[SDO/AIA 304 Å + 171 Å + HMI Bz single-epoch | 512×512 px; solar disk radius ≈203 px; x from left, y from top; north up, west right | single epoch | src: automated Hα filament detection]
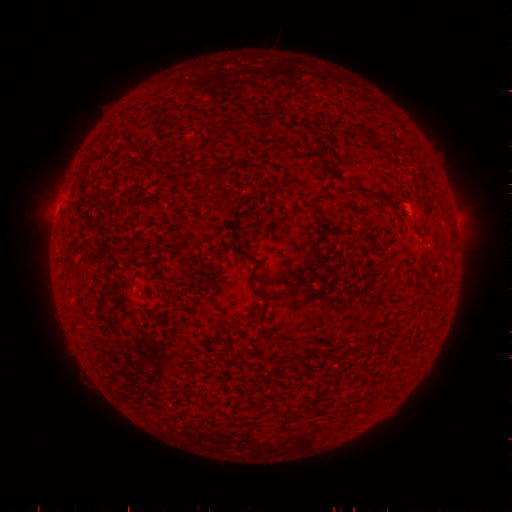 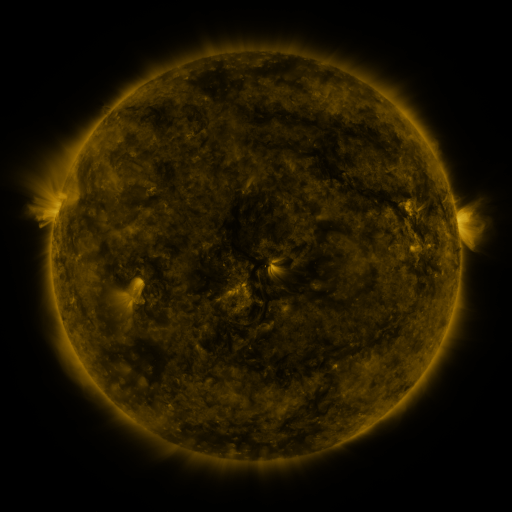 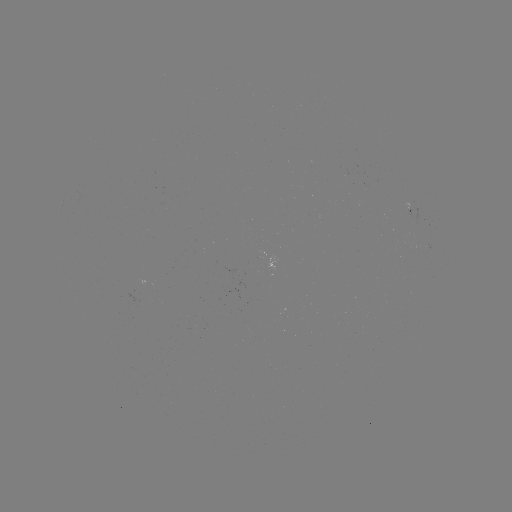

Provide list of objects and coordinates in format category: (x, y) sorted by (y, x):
filament: (266, 142)
filament: (332, 177)
filament: (364, 191)
filament: (226, 199)
filament: (401, 203)
filament: (228, 245)
filament: (242, 255)
filament: (423, 257)
filament: (261, 311)
filament: (298, 356)
filament: (272, 369)
